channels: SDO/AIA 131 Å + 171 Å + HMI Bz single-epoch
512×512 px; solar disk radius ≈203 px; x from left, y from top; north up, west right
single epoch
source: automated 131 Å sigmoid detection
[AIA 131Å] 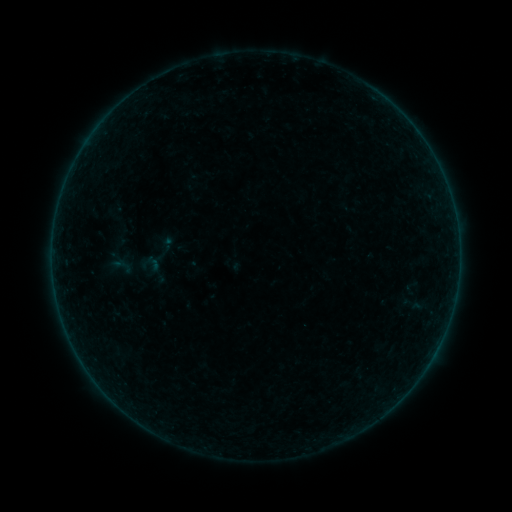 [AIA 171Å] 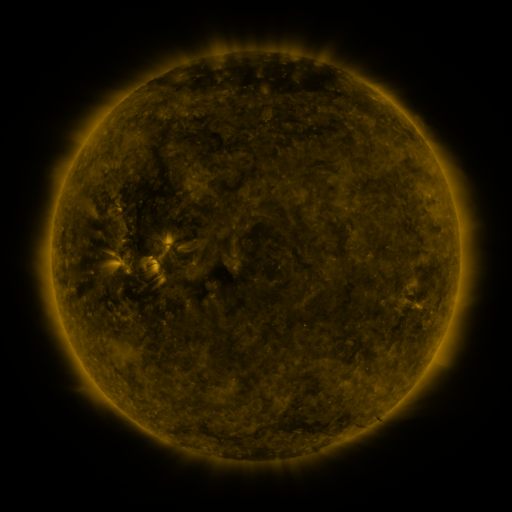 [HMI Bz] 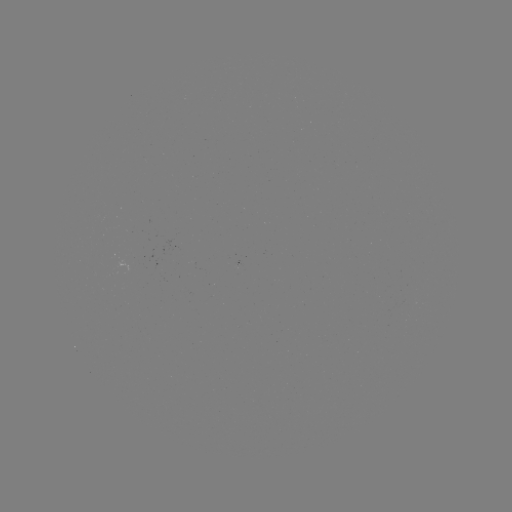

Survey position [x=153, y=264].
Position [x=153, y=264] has sigmoid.